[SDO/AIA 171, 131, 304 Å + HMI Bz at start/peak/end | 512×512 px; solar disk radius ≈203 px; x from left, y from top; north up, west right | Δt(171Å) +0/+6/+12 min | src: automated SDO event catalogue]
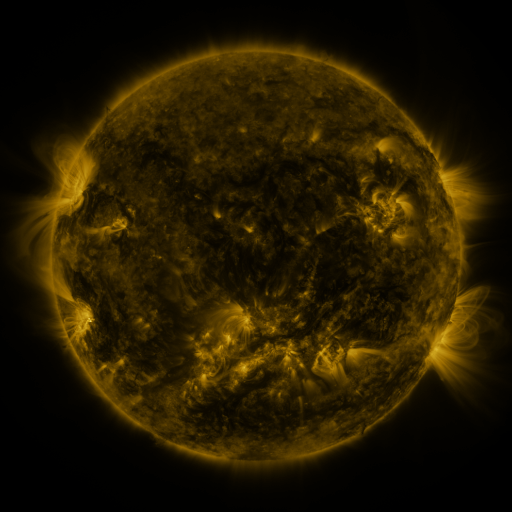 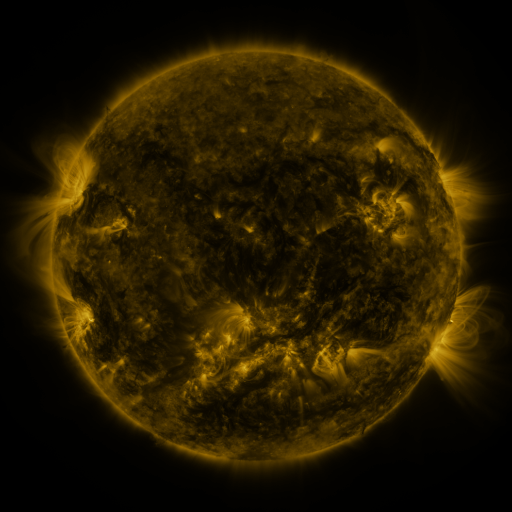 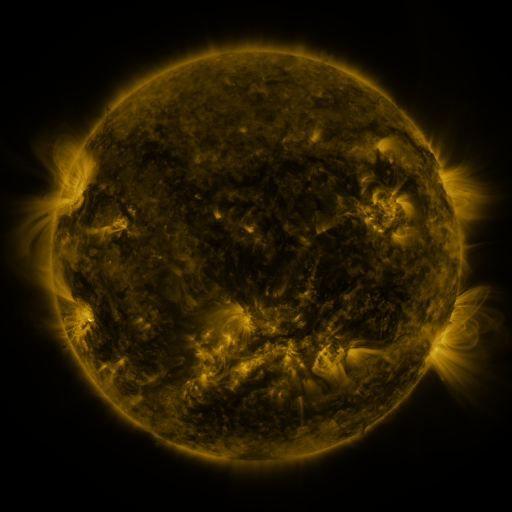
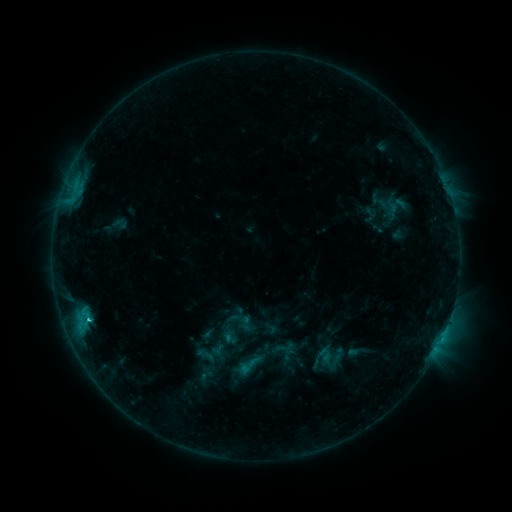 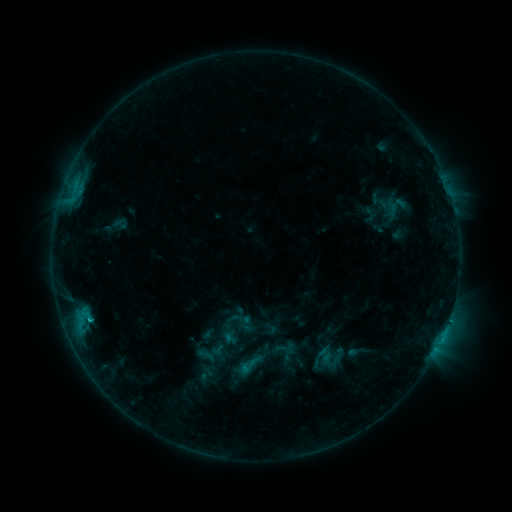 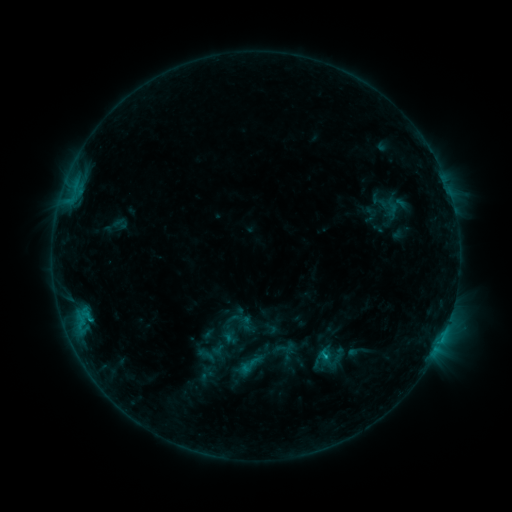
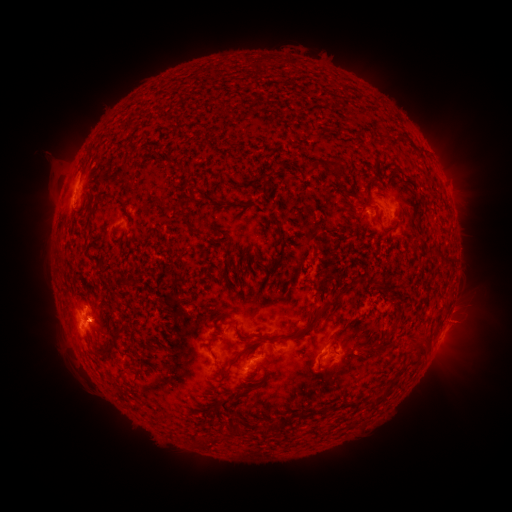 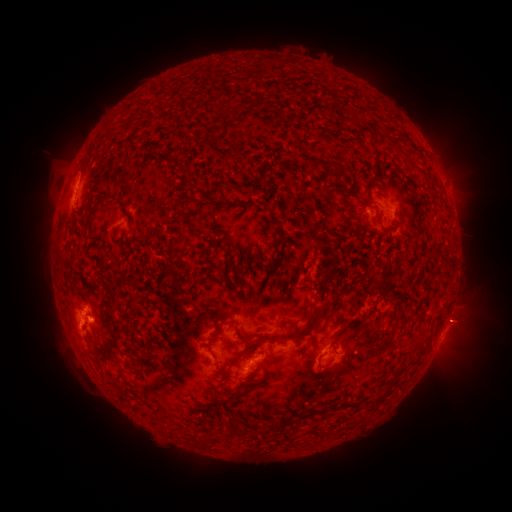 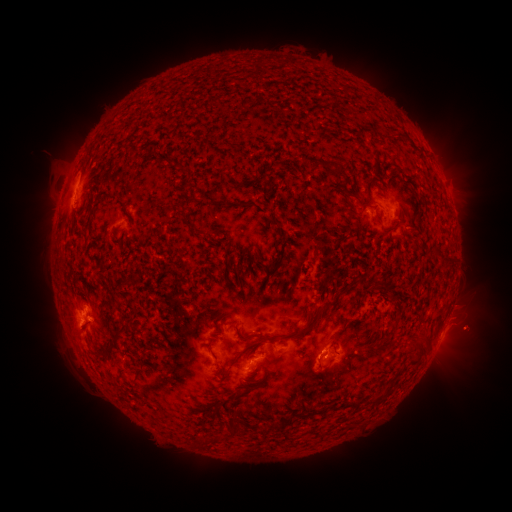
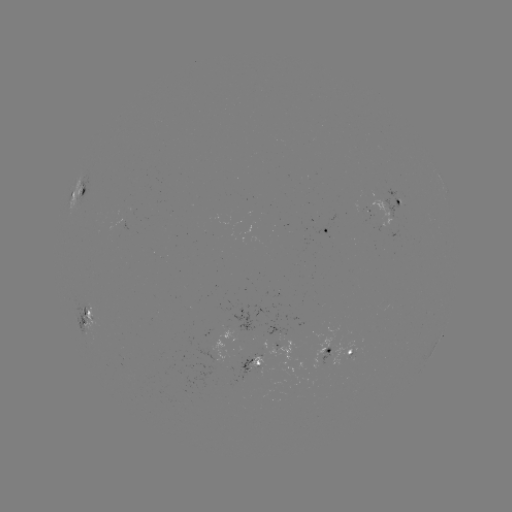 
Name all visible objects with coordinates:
eruption: (460, 322)
